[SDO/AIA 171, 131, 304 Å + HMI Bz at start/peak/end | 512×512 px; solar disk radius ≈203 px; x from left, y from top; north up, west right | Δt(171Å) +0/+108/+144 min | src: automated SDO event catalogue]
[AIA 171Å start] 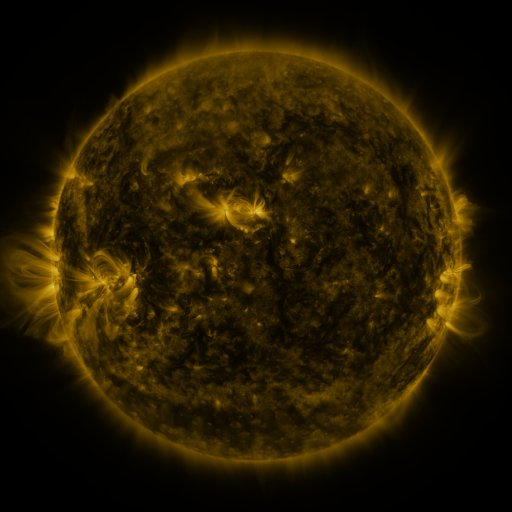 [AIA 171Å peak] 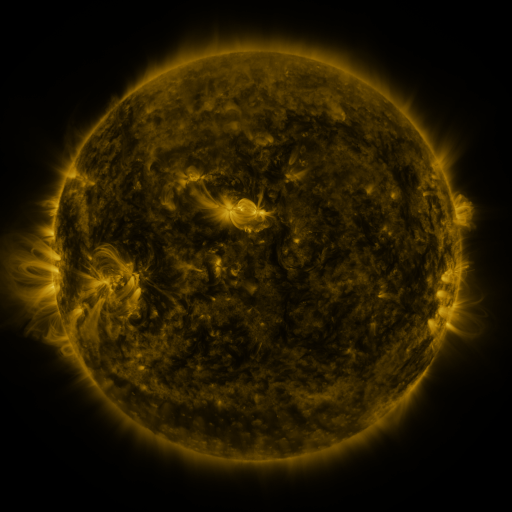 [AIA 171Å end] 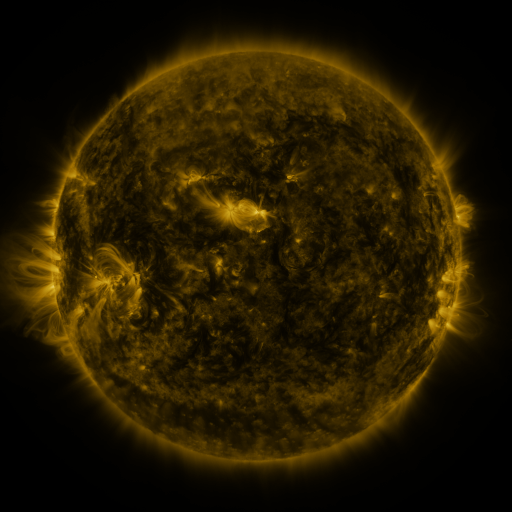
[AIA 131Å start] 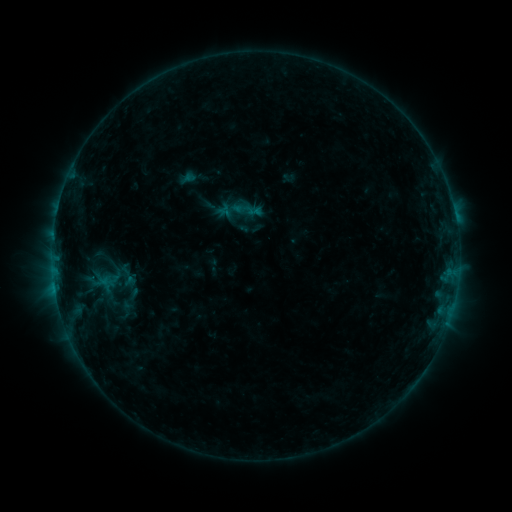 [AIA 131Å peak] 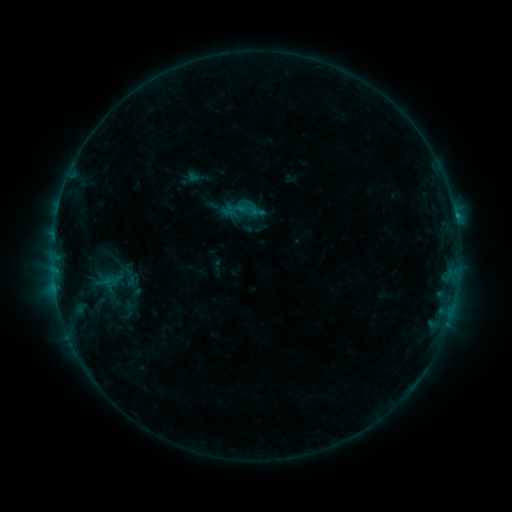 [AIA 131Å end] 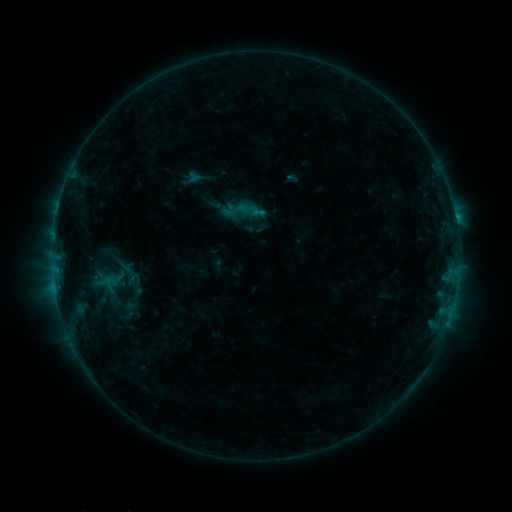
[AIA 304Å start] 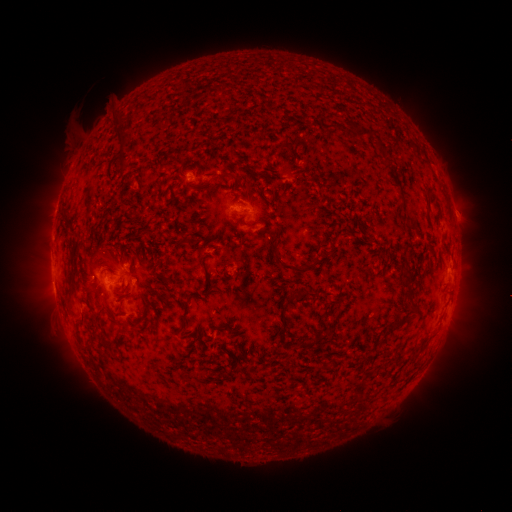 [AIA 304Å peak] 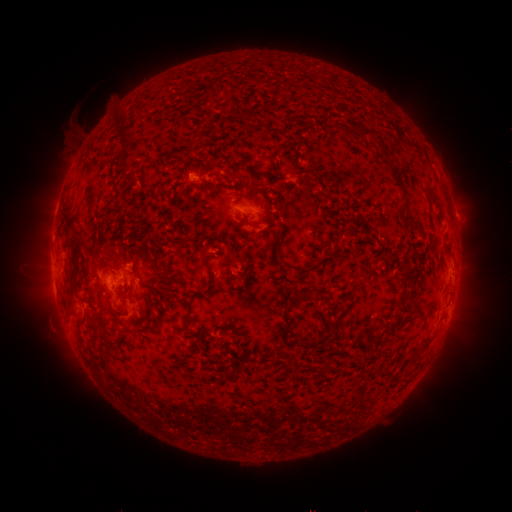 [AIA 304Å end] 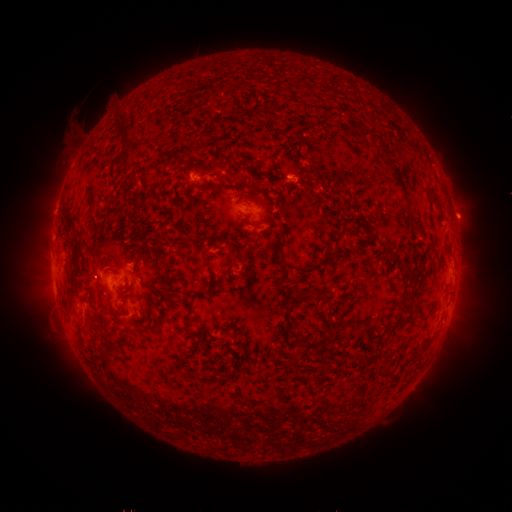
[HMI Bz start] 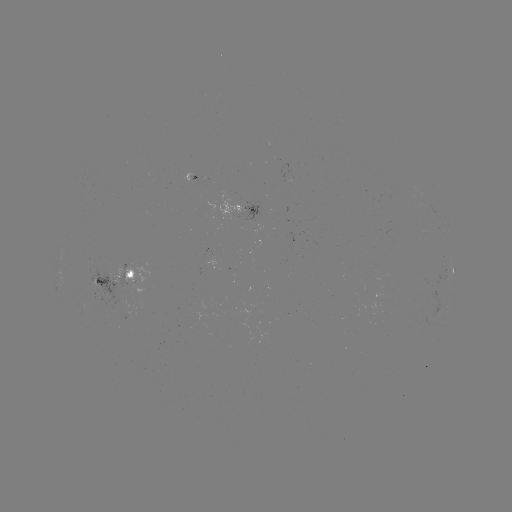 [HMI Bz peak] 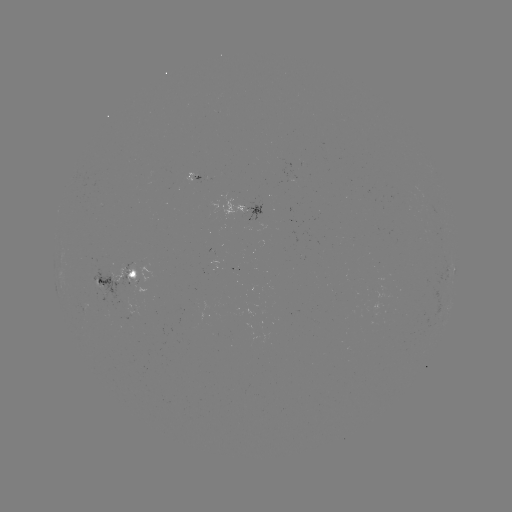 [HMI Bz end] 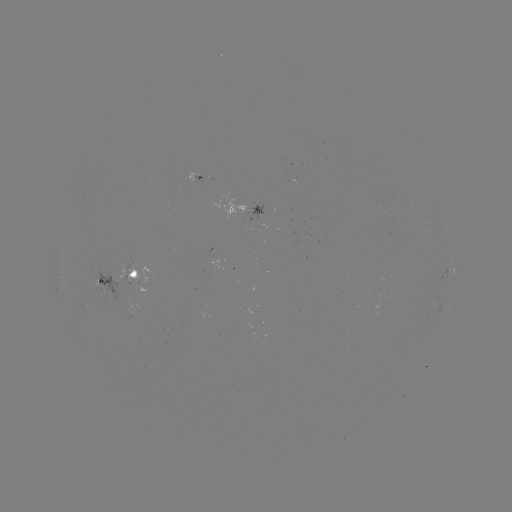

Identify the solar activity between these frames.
emerging-flux region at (232, 201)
